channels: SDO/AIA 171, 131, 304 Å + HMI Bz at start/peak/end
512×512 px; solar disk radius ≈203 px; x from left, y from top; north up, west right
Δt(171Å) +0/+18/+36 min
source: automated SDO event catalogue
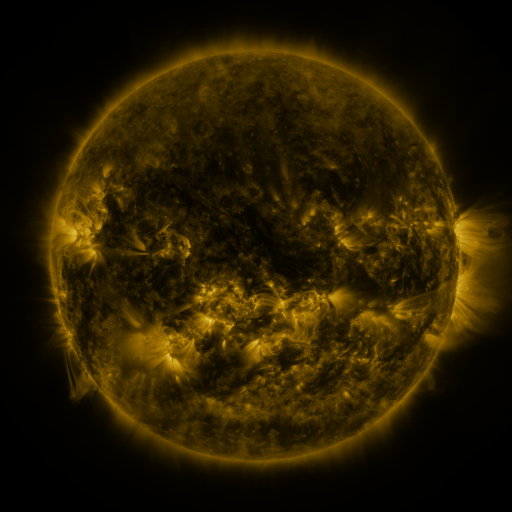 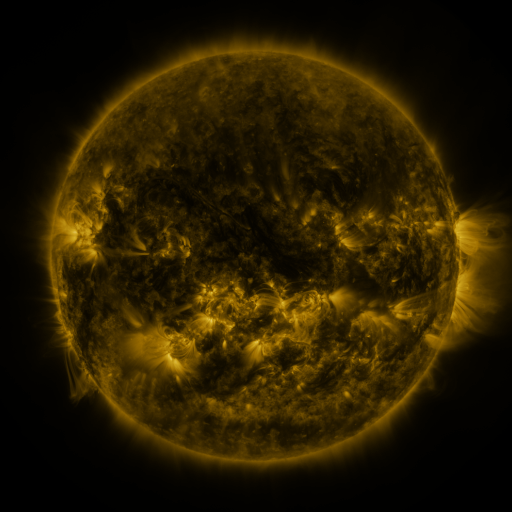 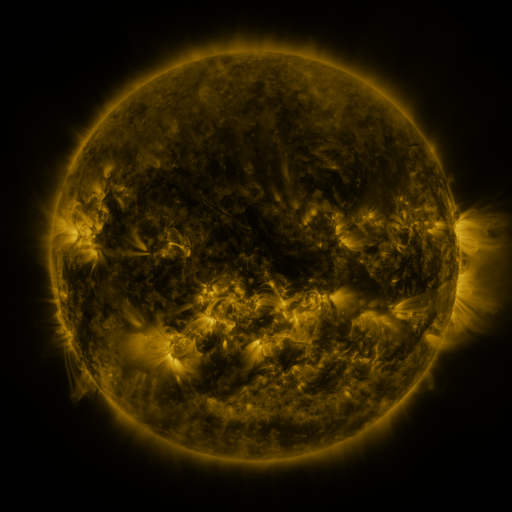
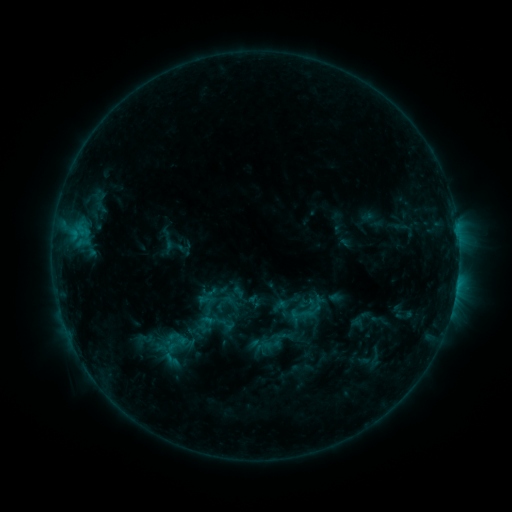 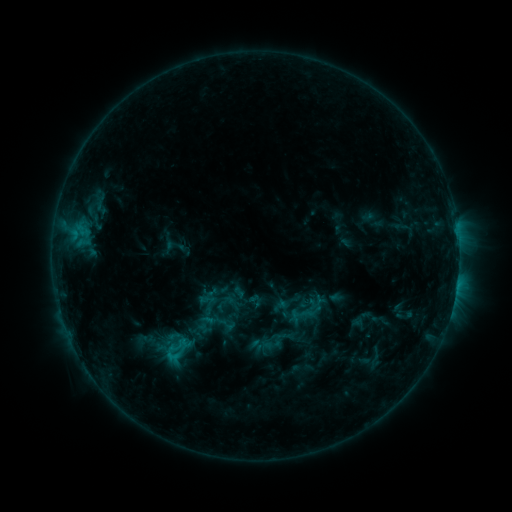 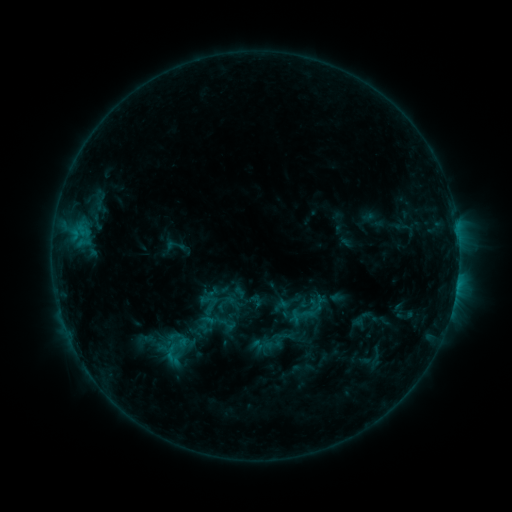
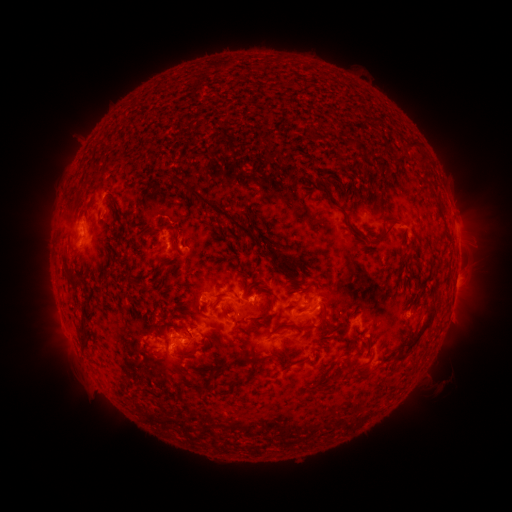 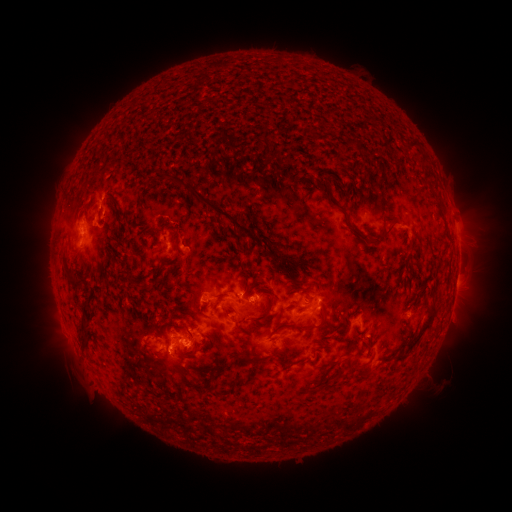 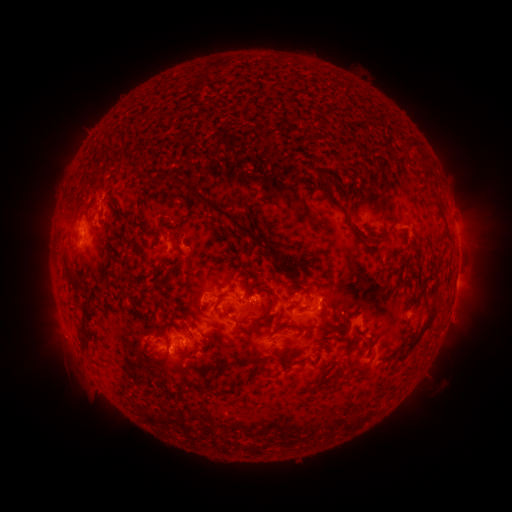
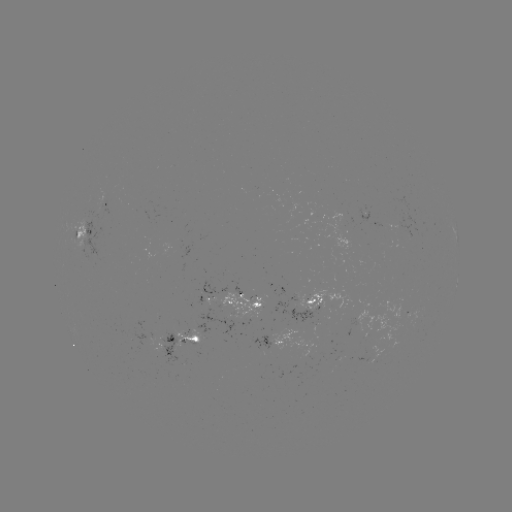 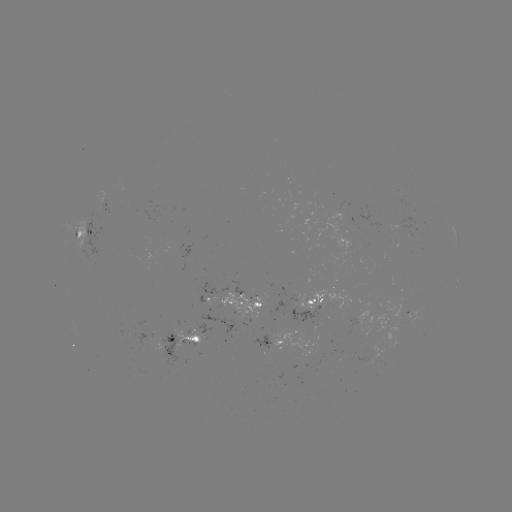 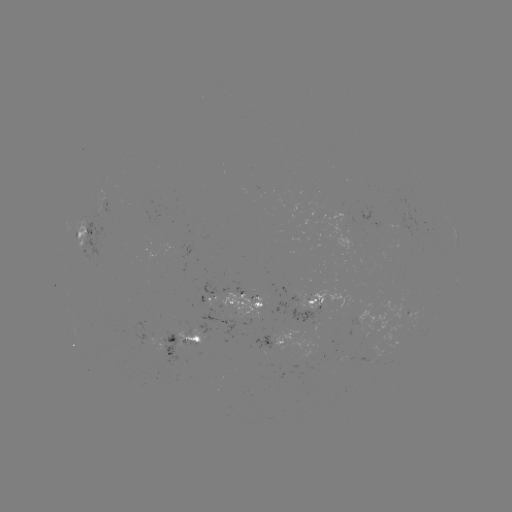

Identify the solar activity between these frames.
C1.1 flare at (177, 356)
